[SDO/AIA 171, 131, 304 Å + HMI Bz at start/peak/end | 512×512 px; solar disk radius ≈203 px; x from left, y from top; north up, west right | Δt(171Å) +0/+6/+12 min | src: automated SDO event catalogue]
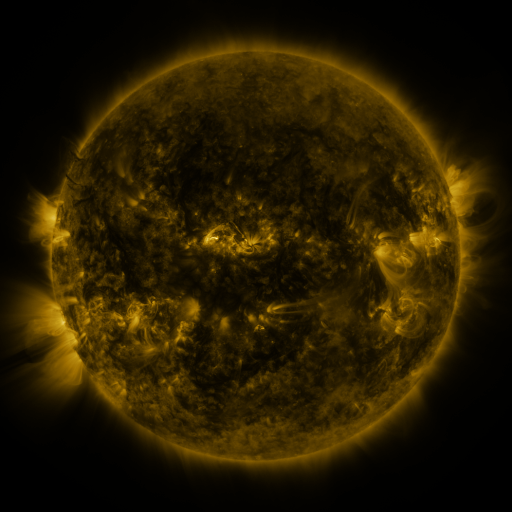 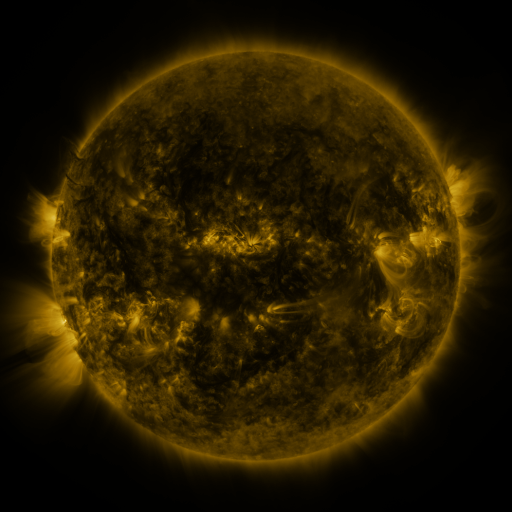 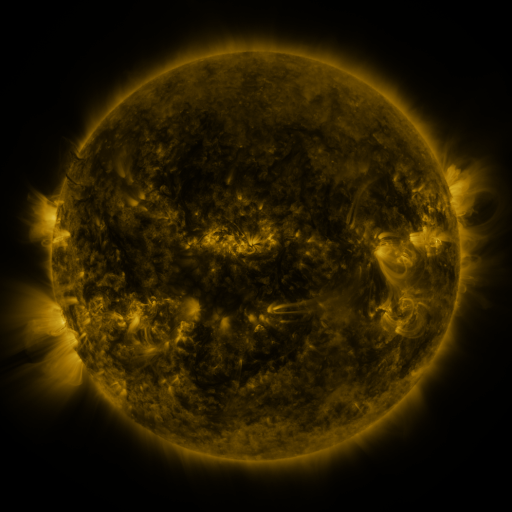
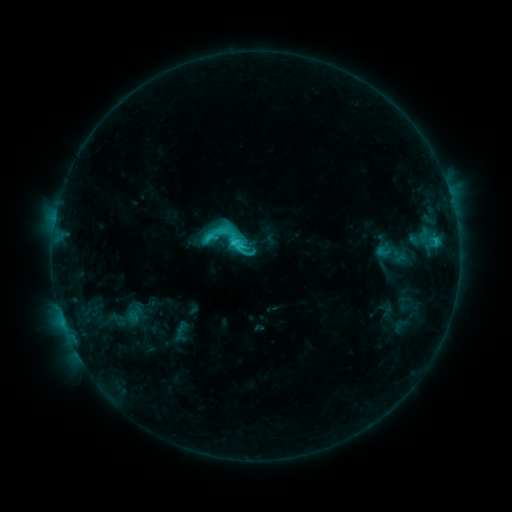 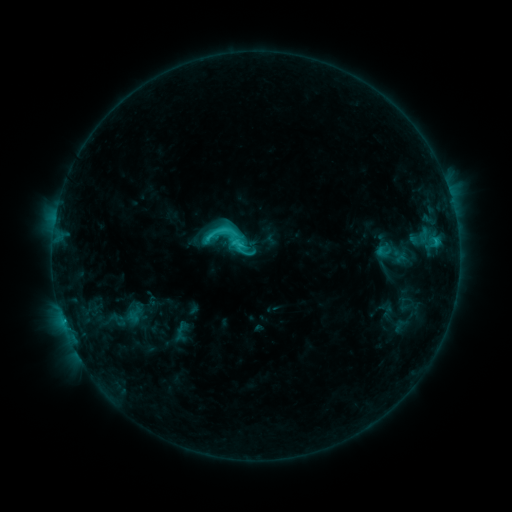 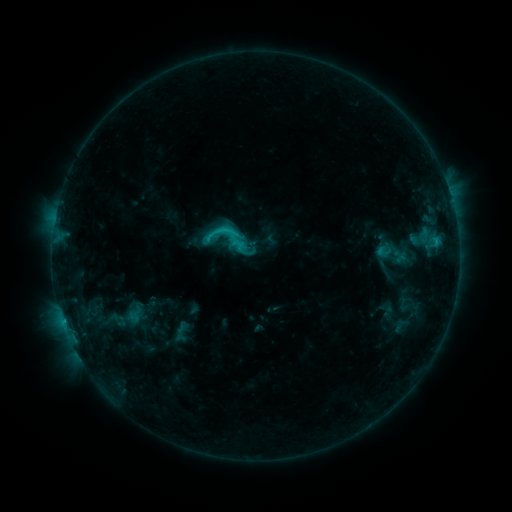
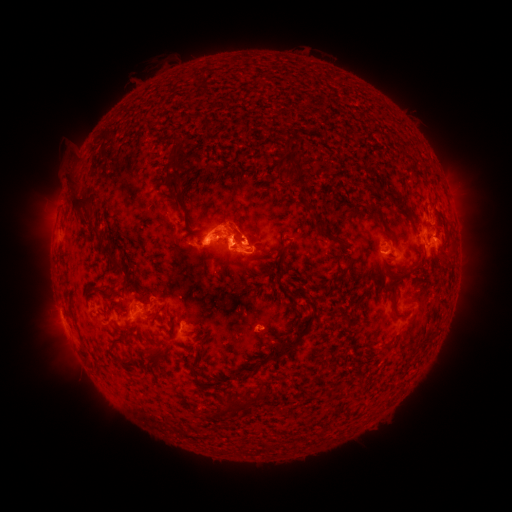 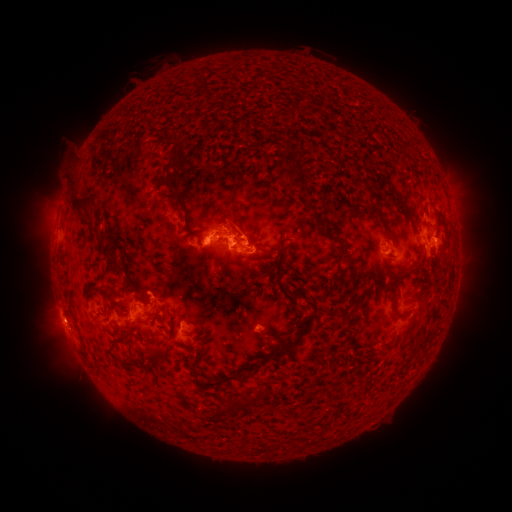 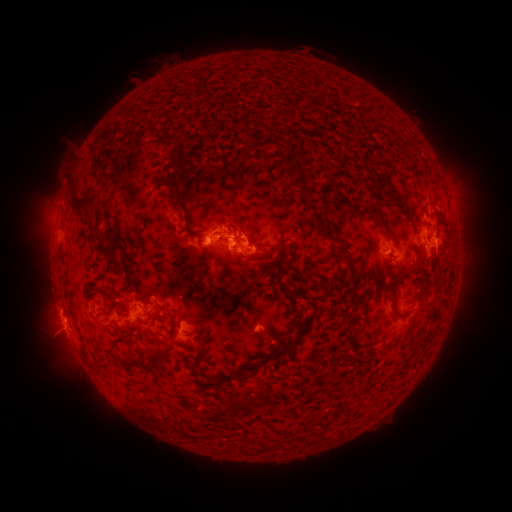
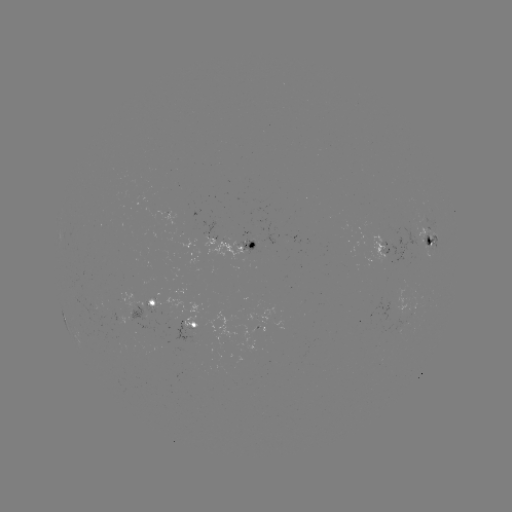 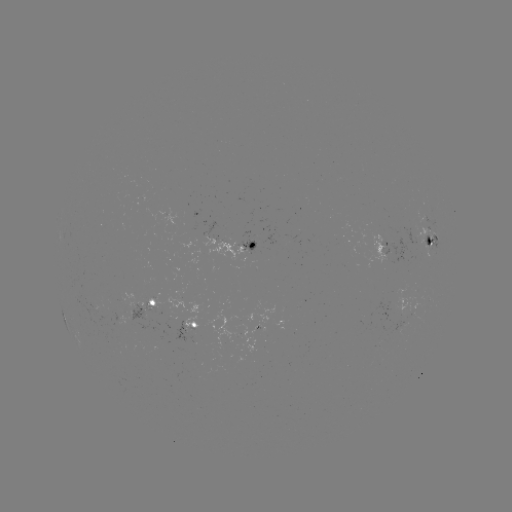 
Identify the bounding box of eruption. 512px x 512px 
[26, 310, 91, 364].